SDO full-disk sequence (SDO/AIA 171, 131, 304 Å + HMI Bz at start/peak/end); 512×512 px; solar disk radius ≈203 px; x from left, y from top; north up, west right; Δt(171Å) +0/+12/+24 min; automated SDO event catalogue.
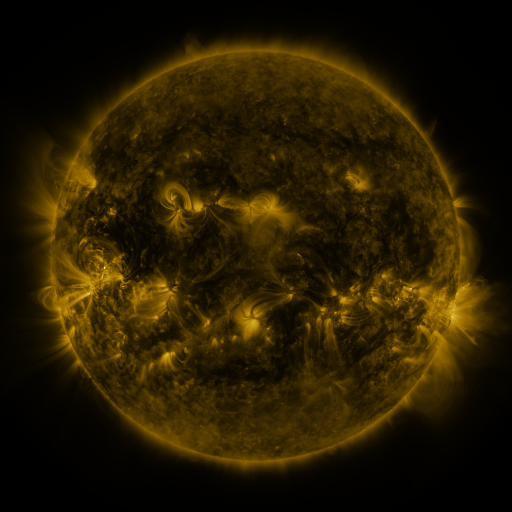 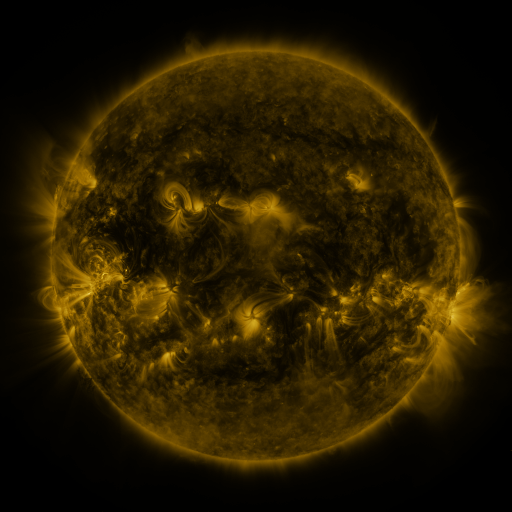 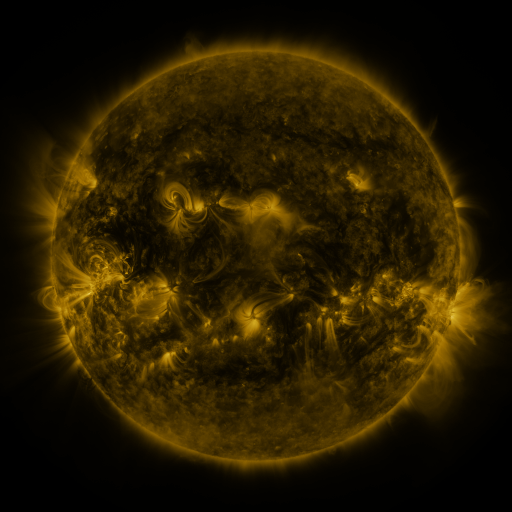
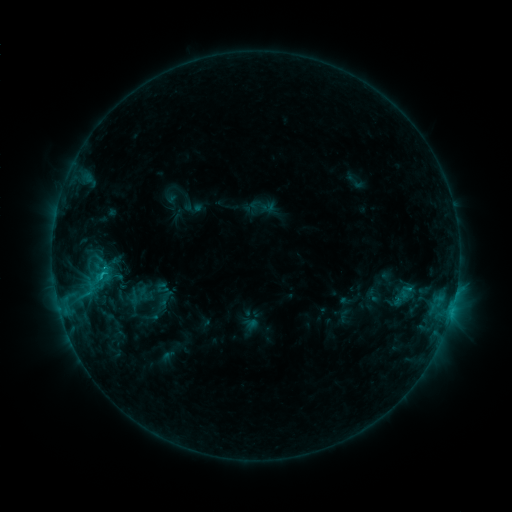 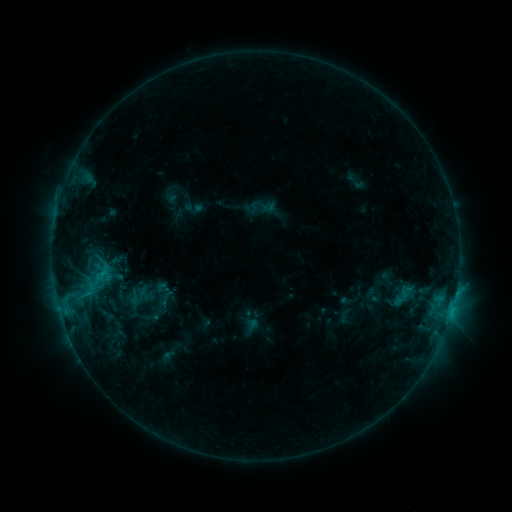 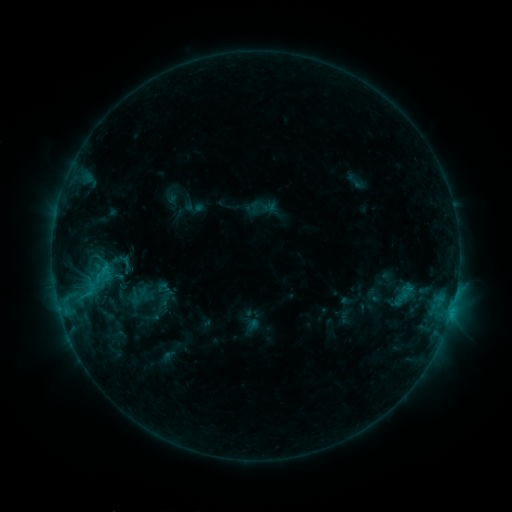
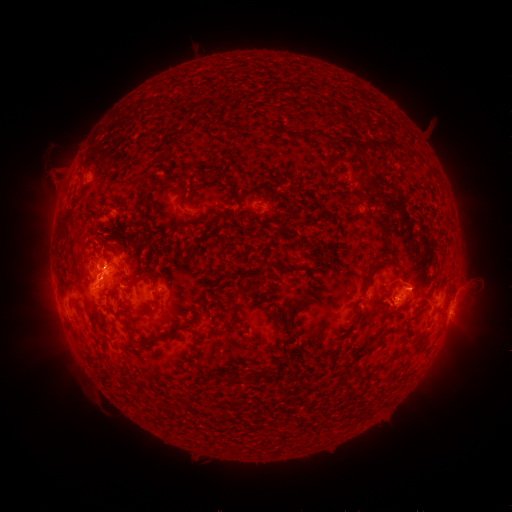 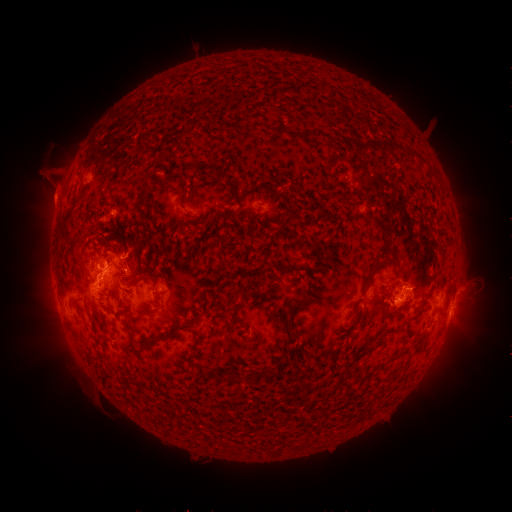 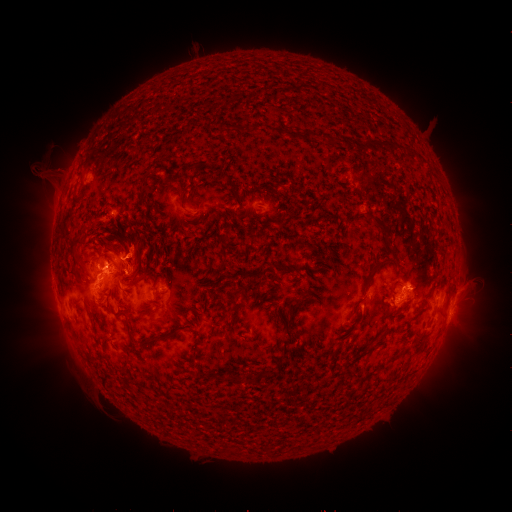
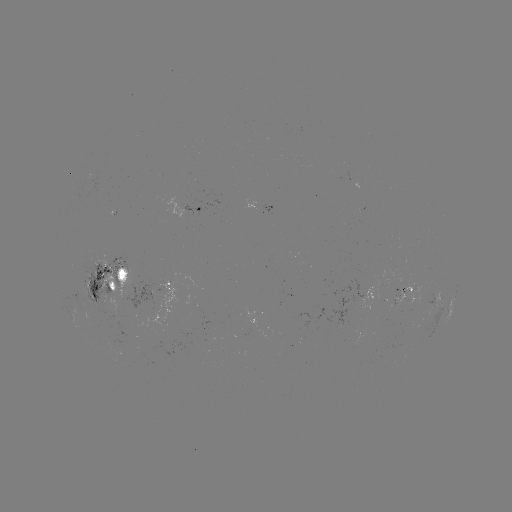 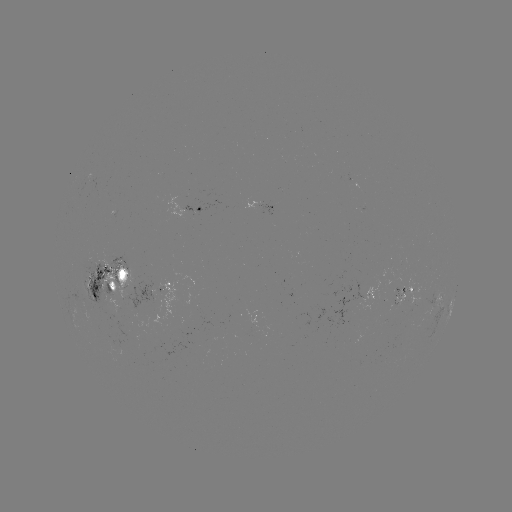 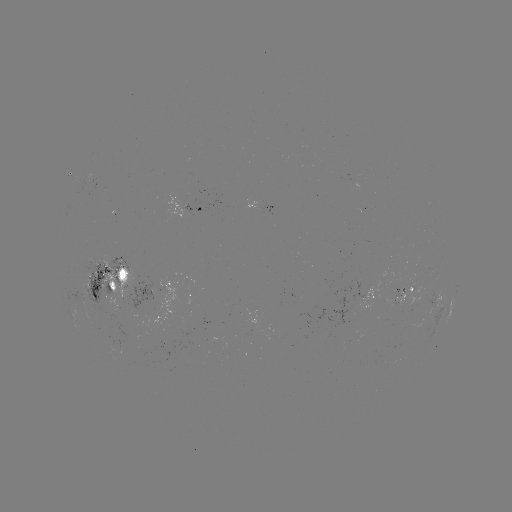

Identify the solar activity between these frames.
eruption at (52, 185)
